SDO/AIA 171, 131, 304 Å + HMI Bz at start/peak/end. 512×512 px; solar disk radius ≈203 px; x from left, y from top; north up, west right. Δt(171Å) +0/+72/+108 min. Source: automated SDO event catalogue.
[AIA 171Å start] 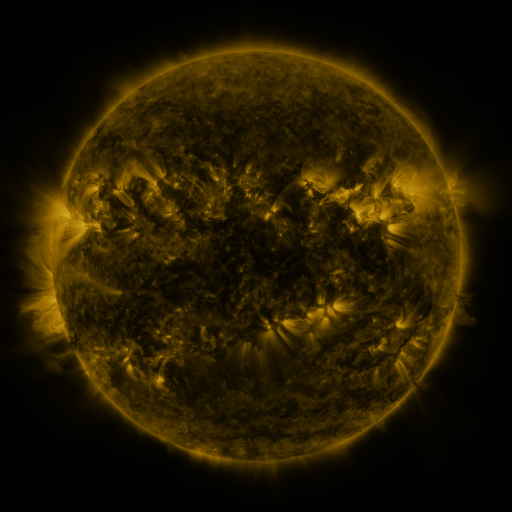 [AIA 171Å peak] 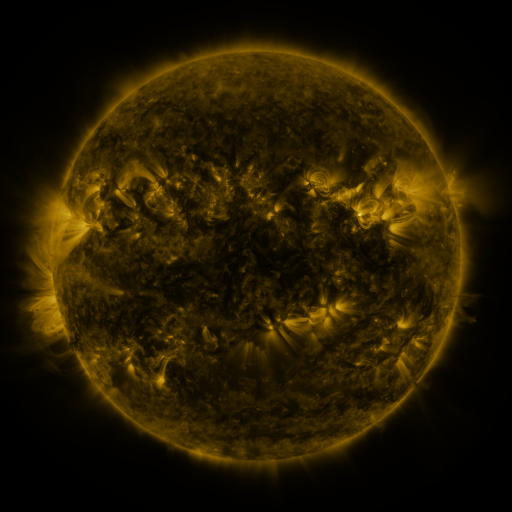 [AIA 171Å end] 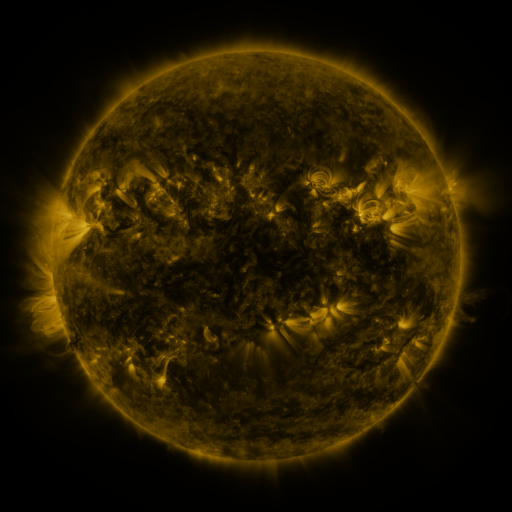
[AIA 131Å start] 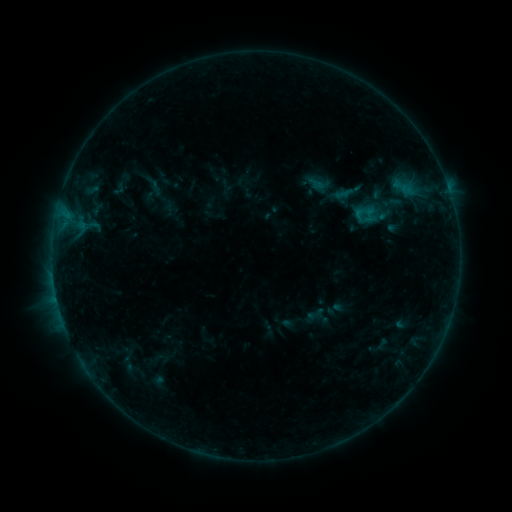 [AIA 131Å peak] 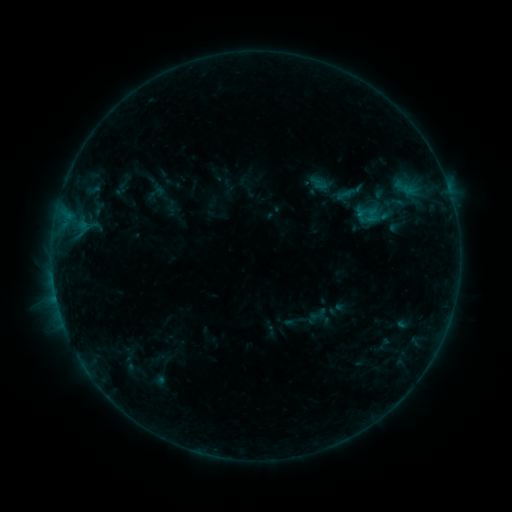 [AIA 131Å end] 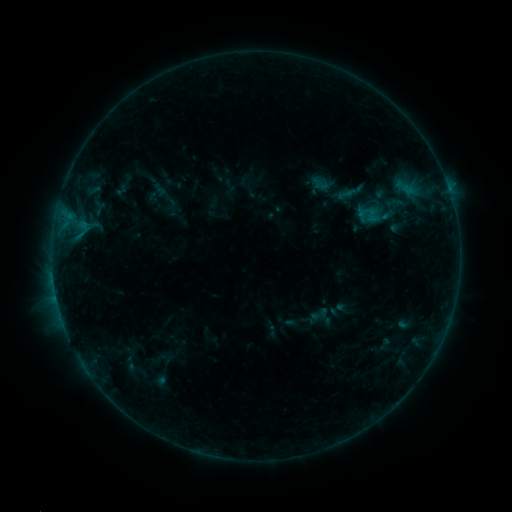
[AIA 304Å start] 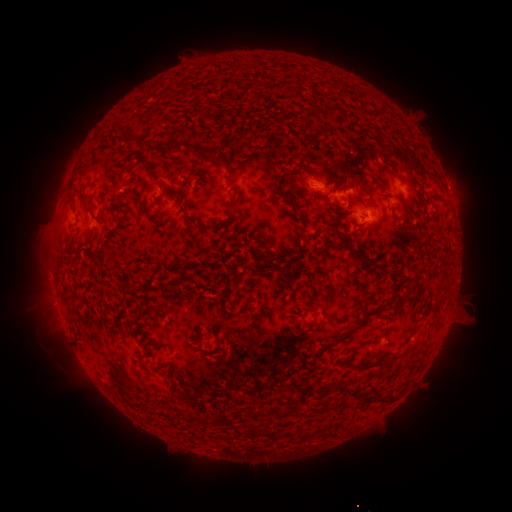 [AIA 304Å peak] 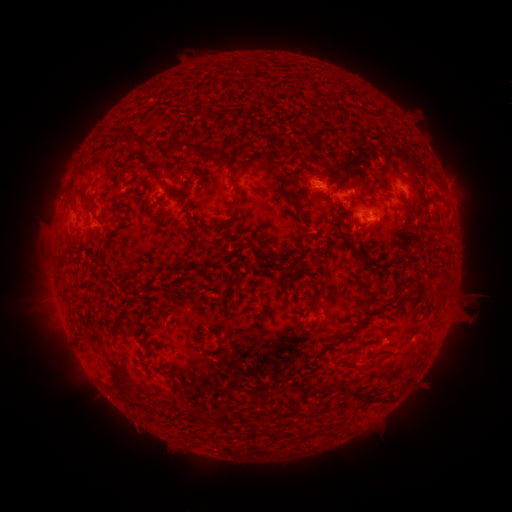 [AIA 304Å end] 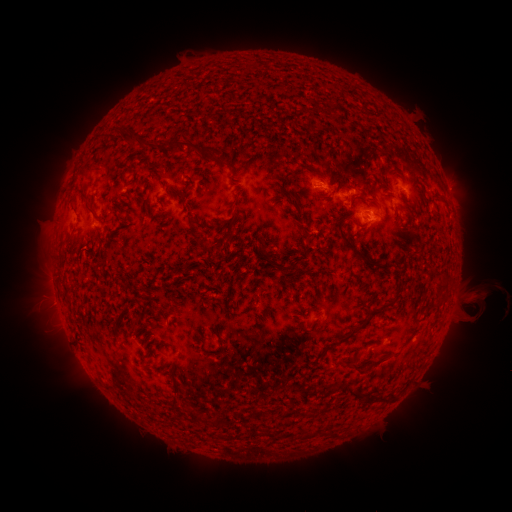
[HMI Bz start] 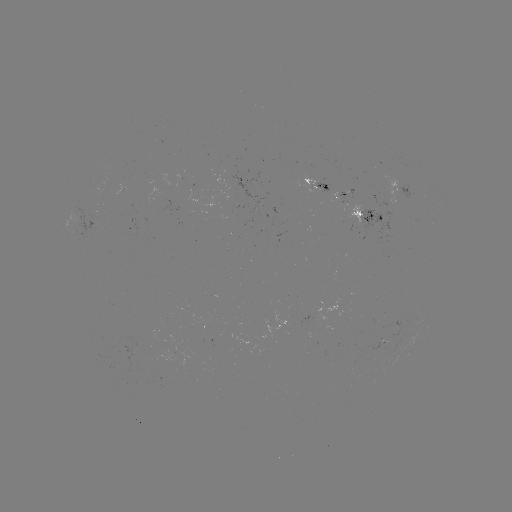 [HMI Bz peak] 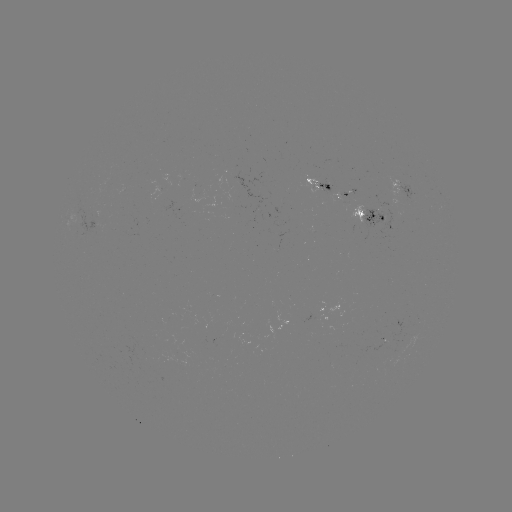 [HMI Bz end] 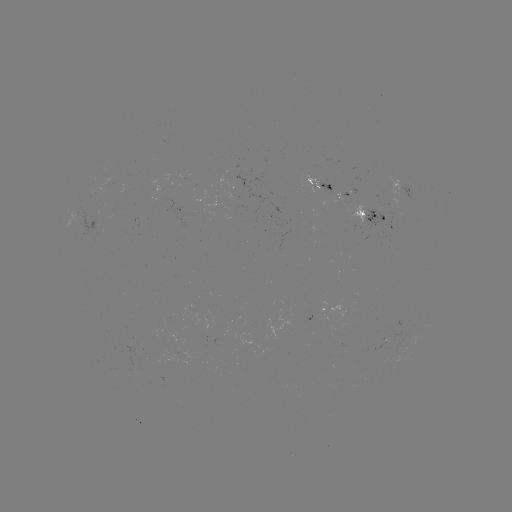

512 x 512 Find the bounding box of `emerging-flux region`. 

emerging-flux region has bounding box [318, 182, 336, 192].